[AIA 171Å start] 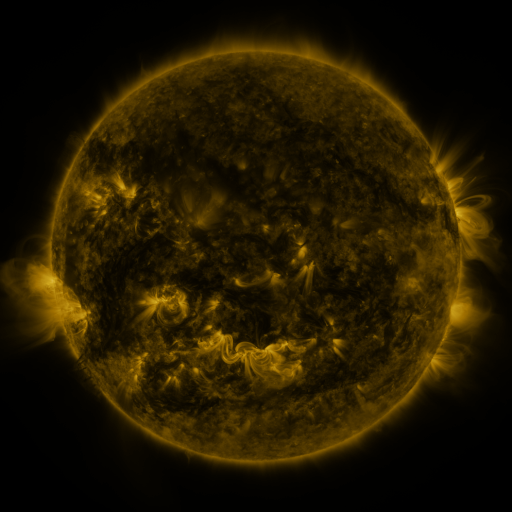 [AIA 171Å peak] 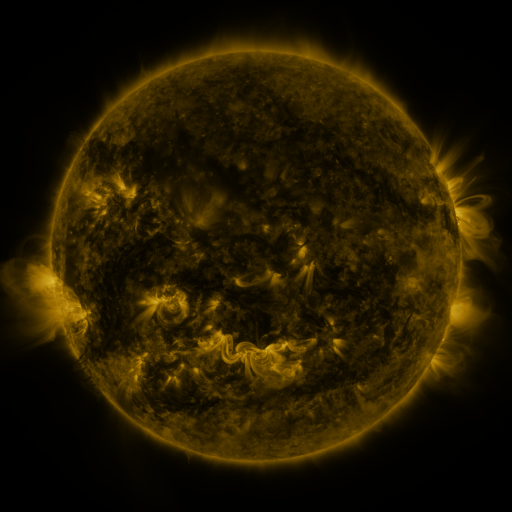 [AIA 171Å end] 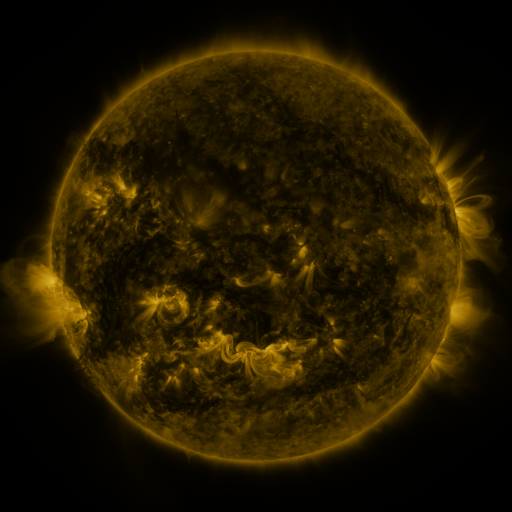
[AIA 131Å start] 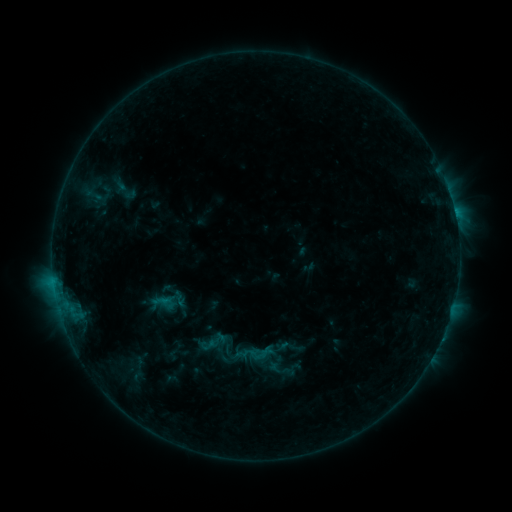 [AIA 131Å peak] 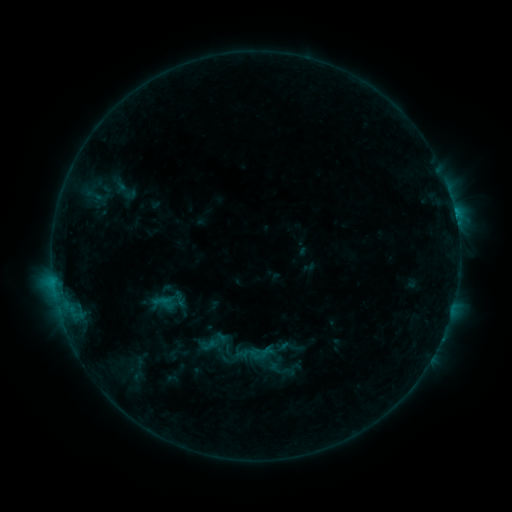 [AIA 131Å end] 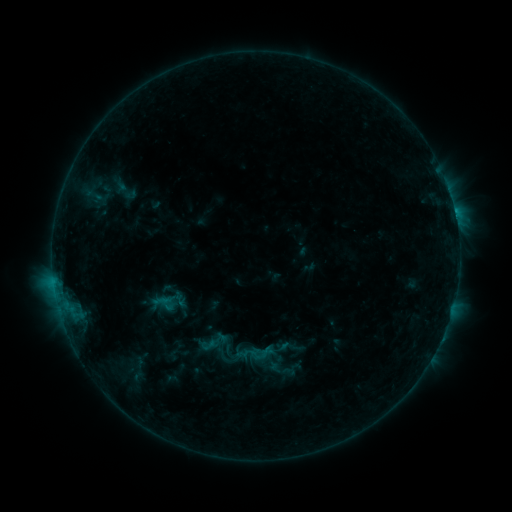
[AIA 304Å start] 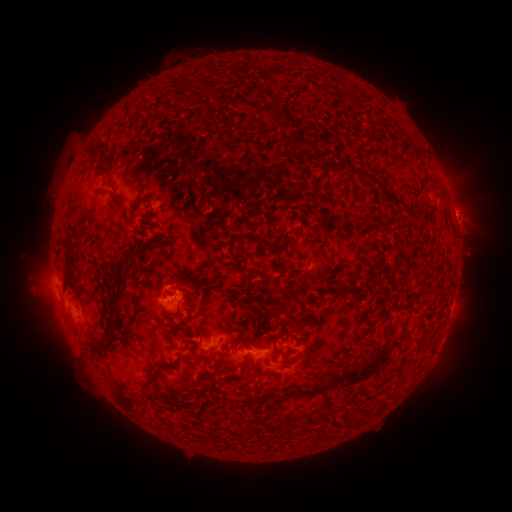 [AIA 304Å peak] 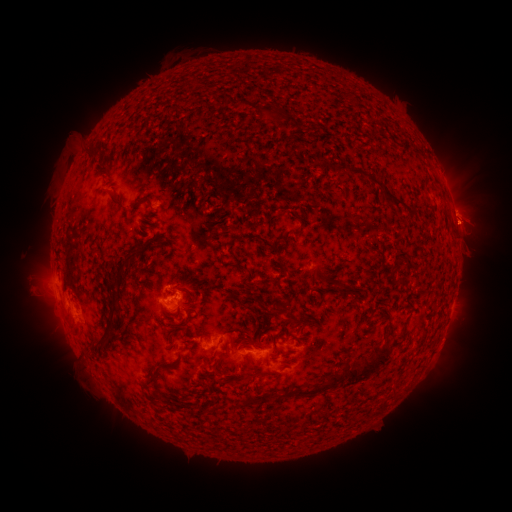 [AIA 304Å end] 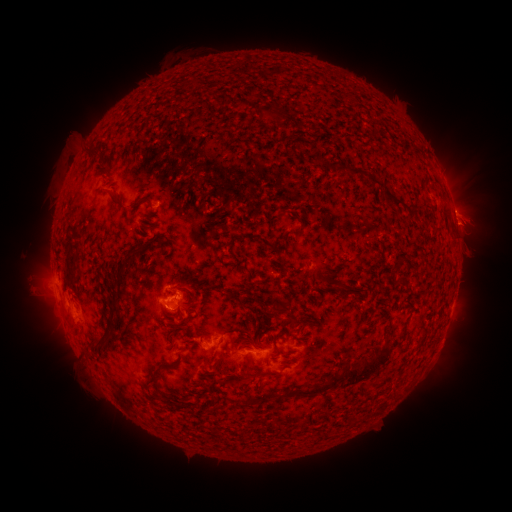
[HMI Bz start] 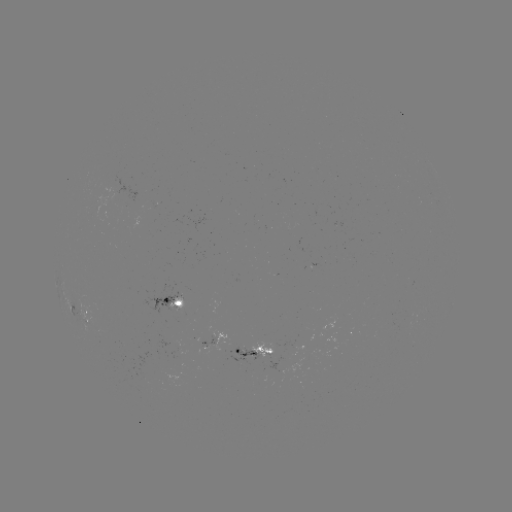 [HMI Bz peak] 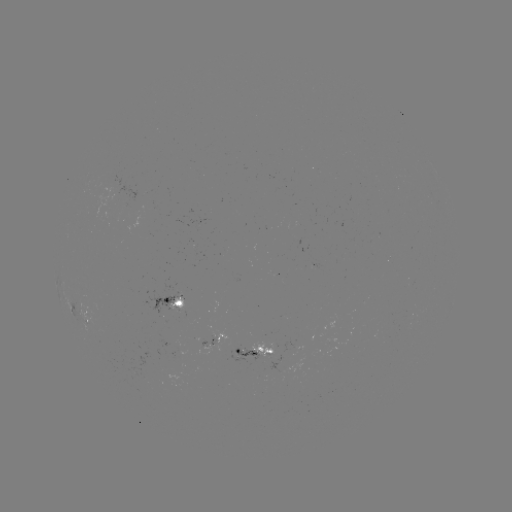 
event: eruption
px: (462, 190)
